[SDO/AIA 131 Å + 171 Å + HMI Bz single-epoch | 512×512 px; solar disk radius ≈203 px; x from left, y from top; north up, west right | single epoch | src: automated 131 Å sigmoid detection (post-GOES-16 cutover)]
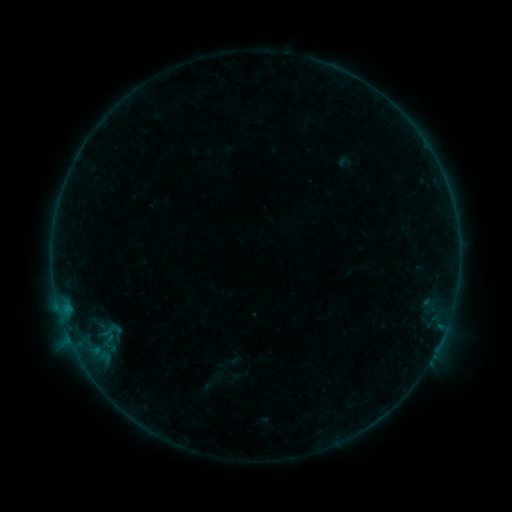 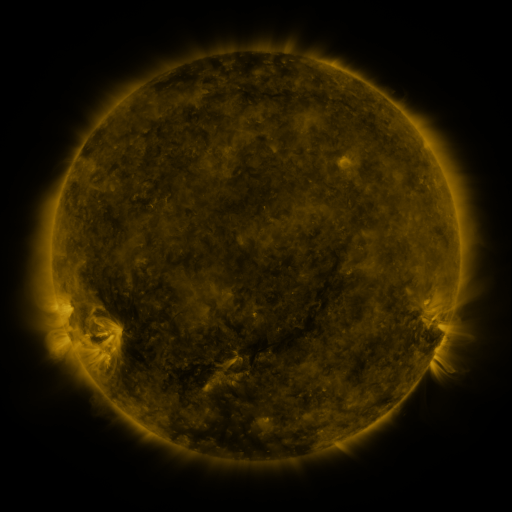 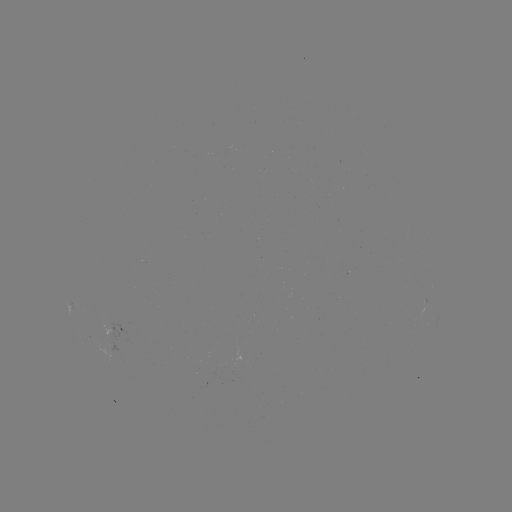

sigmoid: <bbox>91, 319, 130, 343</bbox>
